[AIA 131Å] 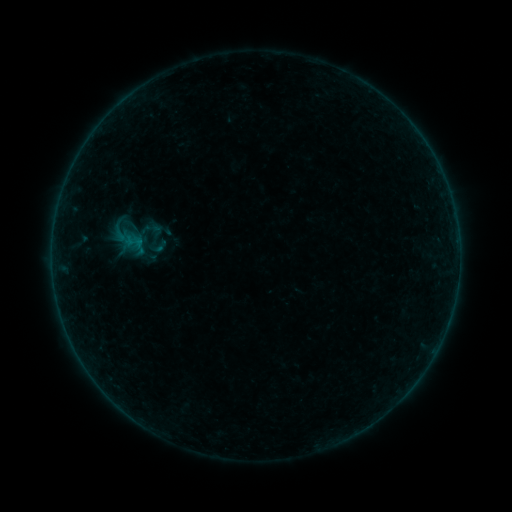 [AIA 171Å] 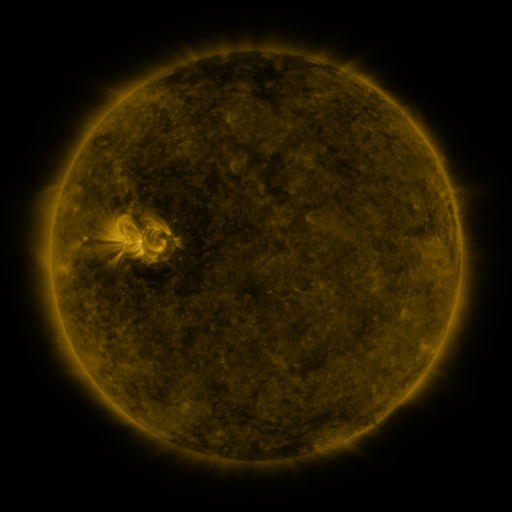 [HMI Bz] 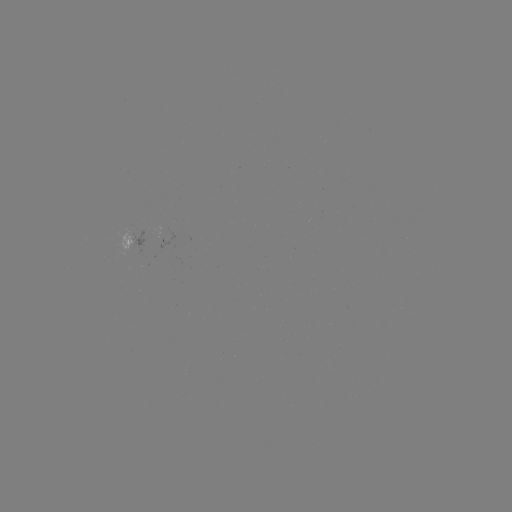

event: sigmoid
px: (153, 237)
